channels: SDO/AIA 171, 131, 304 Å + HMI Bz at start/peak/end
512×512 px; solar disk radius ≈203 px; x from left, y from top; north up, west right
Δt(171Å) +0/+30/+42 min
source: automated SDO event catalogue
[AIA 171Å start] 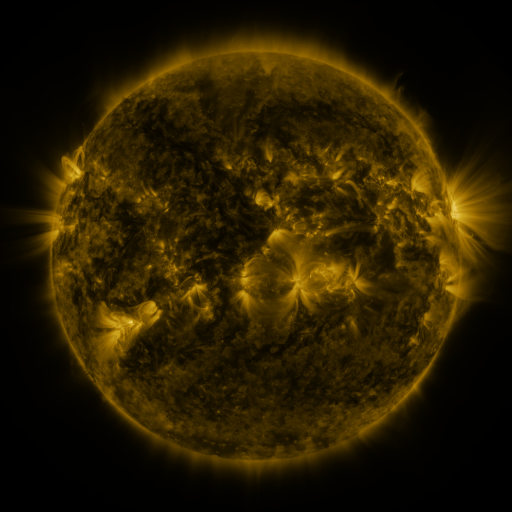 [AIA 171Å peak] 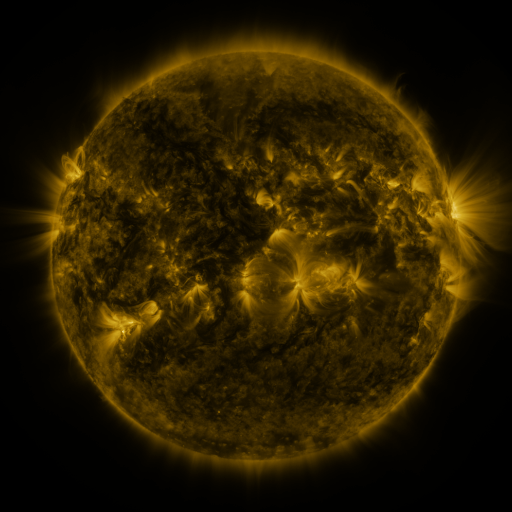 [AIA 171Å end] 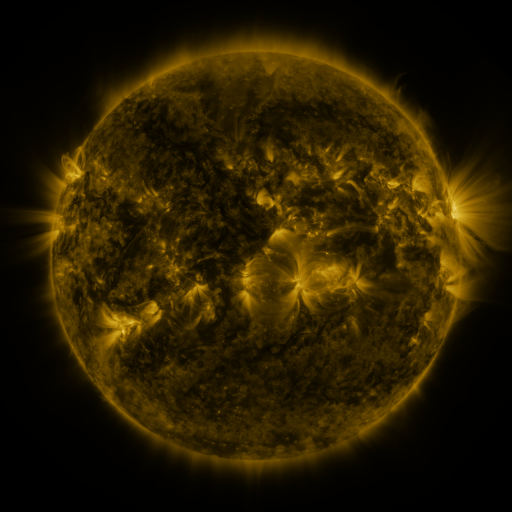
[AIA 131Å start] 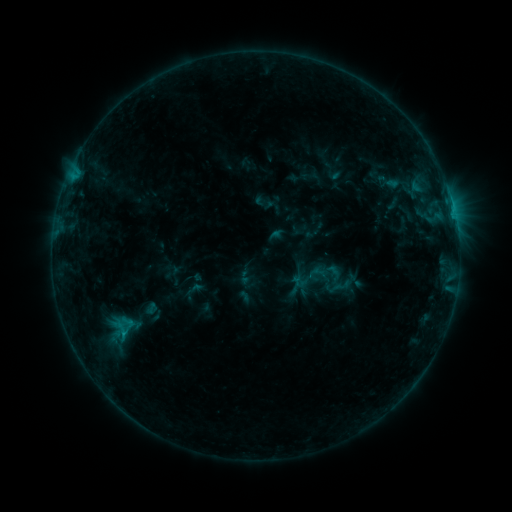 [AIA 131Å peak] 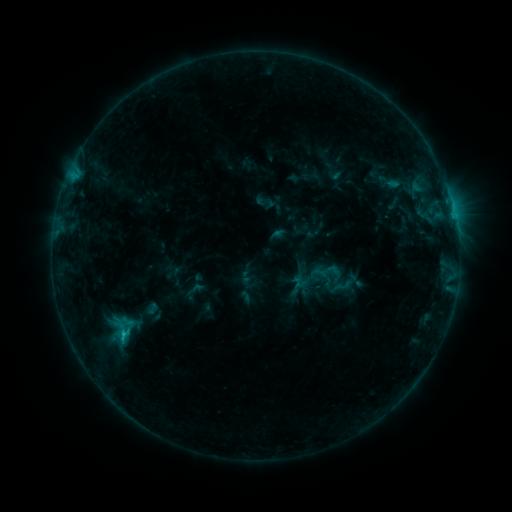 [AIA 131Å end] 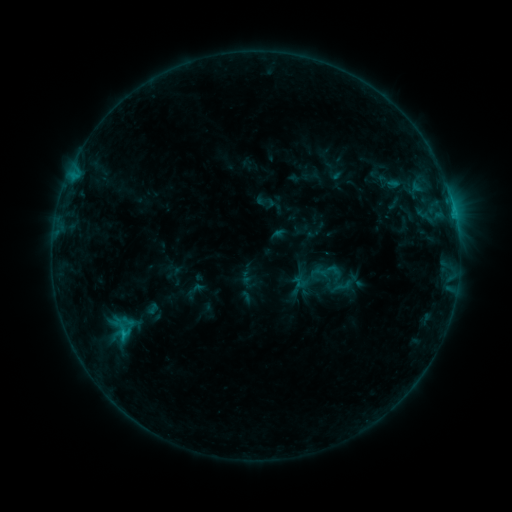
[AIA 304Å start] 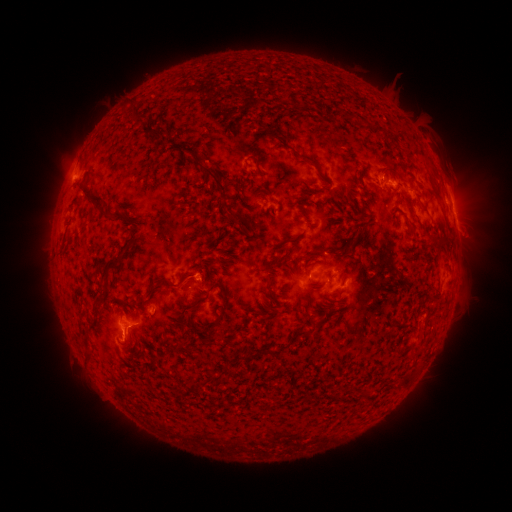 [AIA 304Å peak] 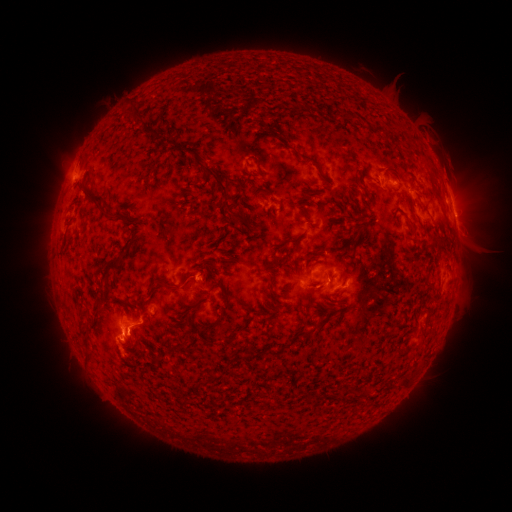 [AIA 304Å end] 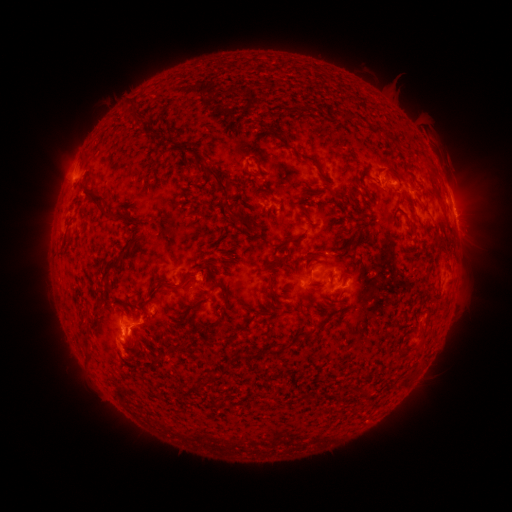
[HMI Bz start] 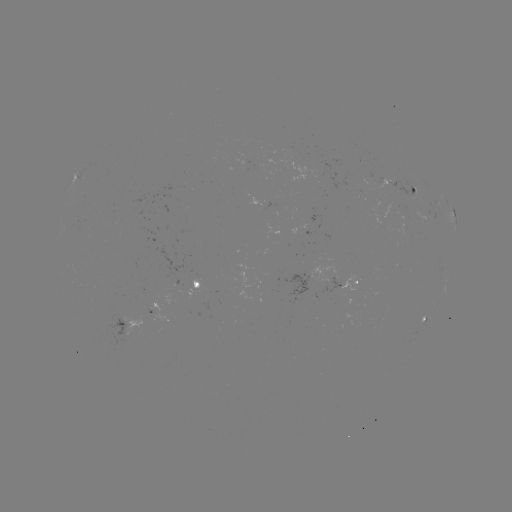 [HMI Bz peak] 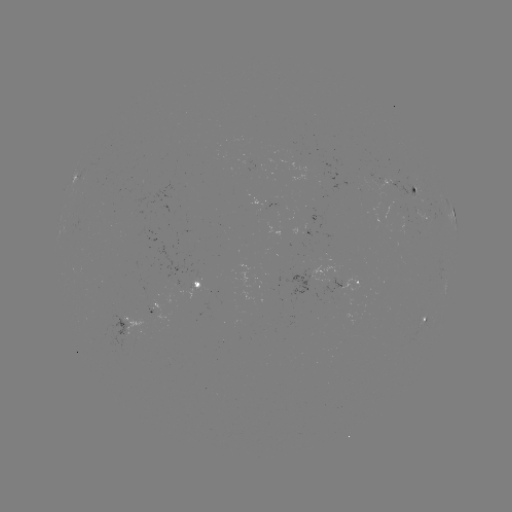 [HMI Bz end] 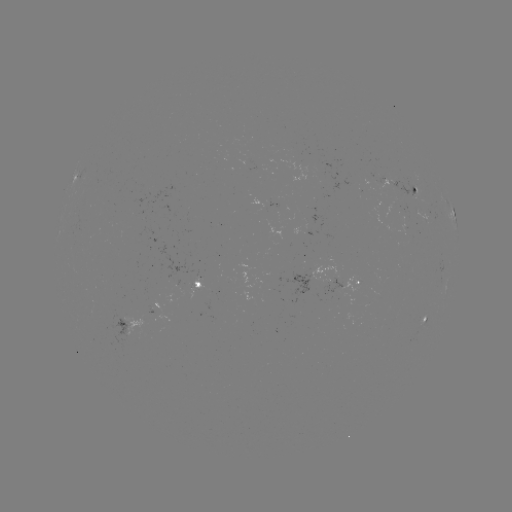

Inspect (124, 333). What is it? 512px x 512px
C1.0 flare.